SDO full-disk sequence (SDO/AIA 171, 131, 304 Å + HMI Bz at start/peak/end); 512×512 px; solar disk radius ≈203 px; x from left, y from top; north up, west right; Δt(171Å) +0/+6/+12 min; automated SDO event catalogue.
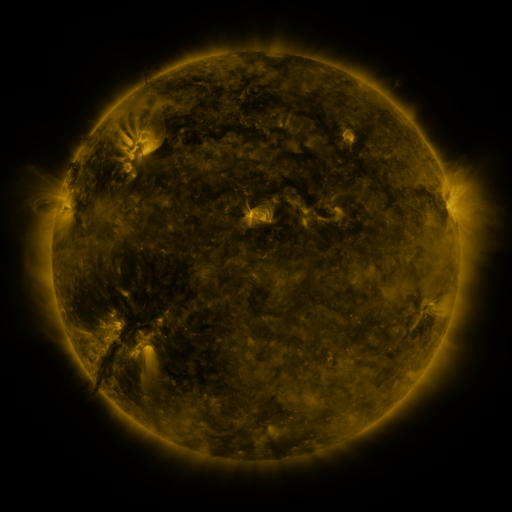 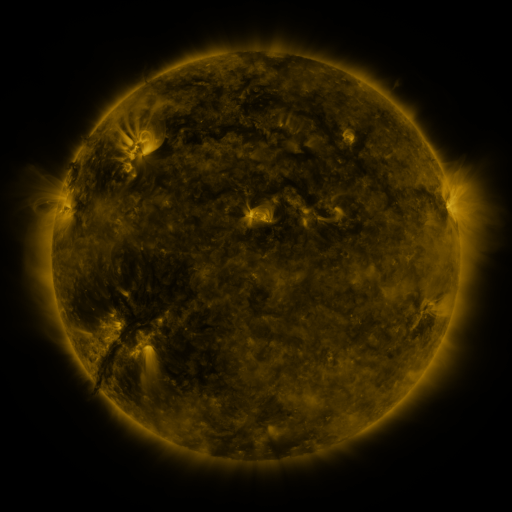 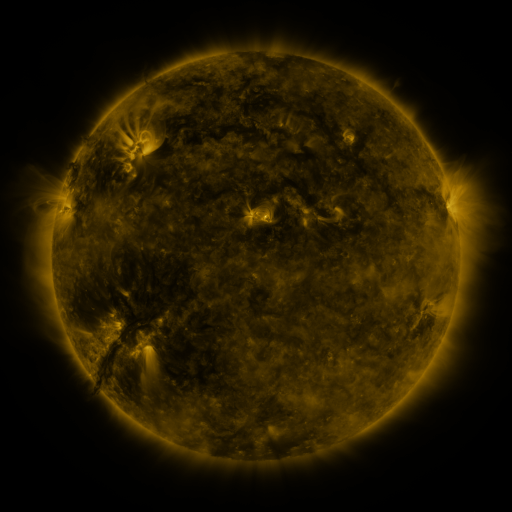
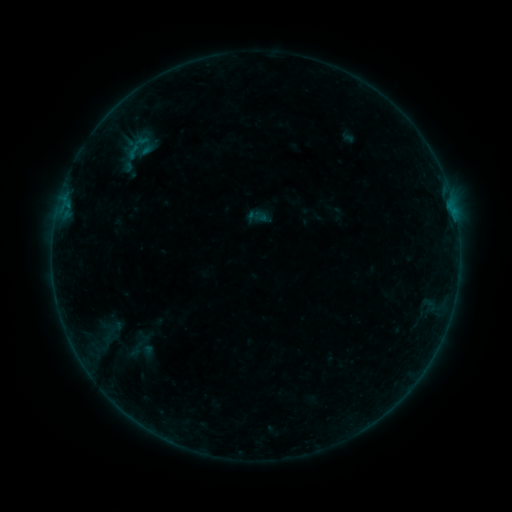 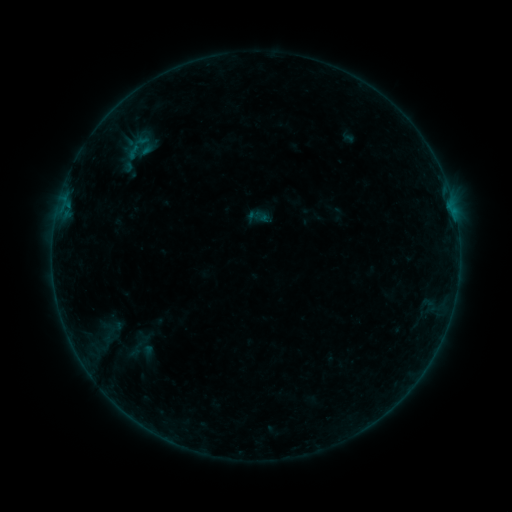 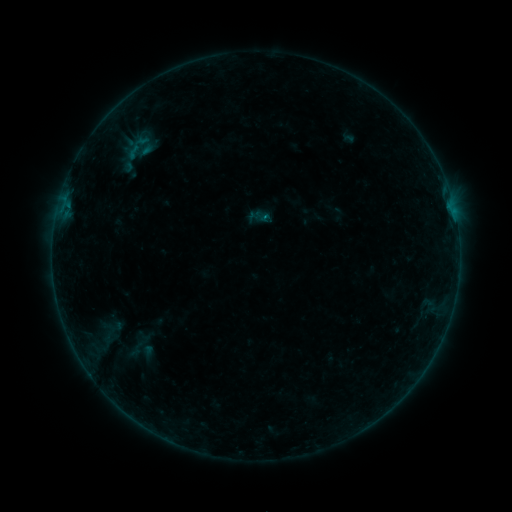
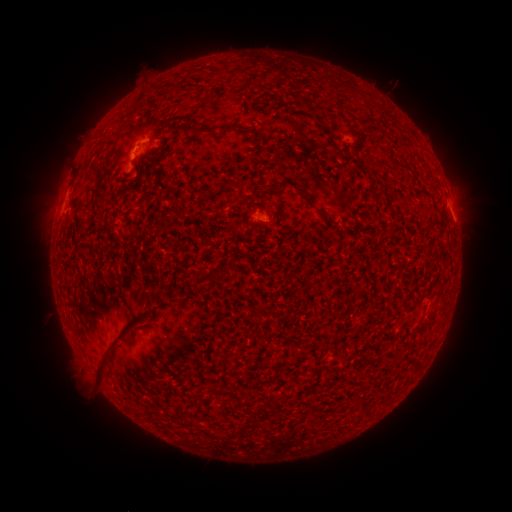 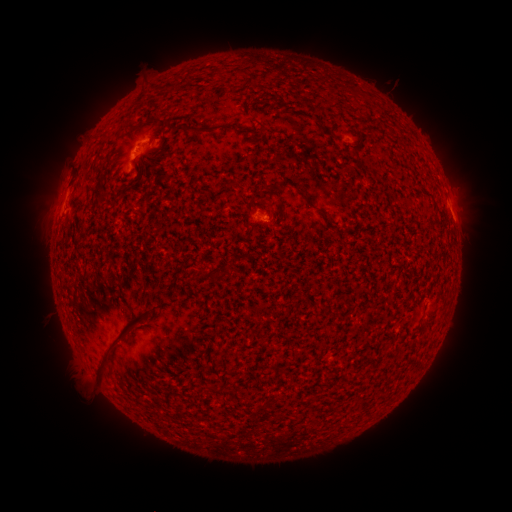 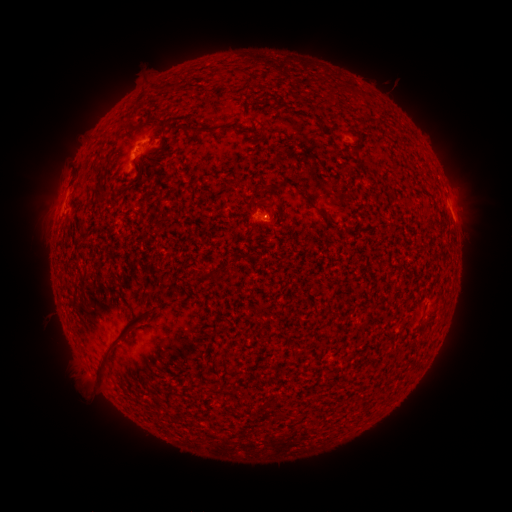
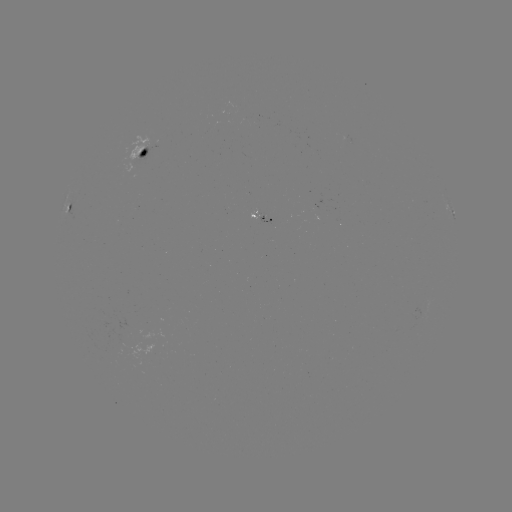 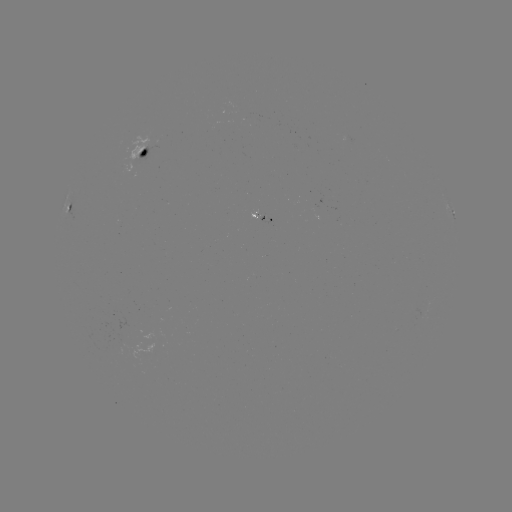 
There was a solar flare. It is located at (62, 214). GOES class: B2.5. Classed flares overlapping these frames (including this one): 1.